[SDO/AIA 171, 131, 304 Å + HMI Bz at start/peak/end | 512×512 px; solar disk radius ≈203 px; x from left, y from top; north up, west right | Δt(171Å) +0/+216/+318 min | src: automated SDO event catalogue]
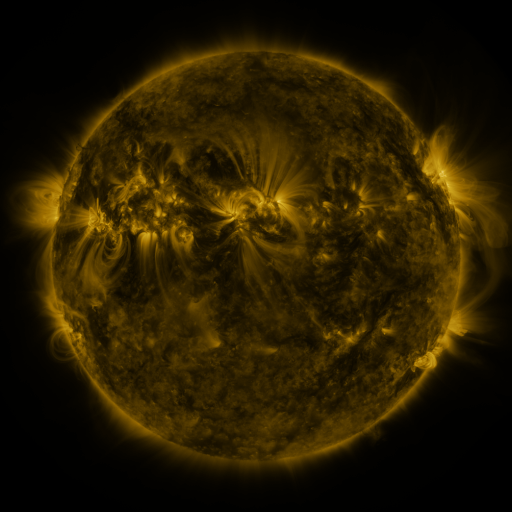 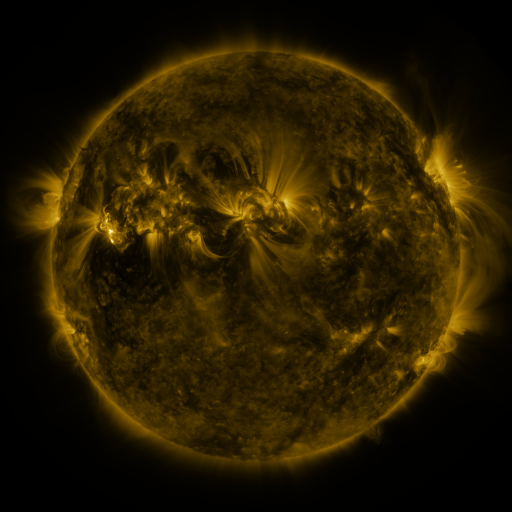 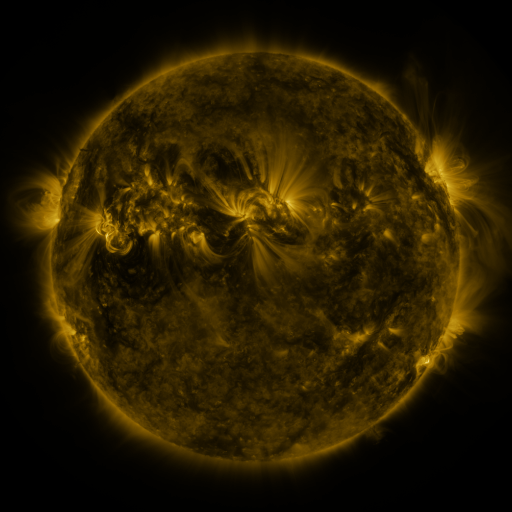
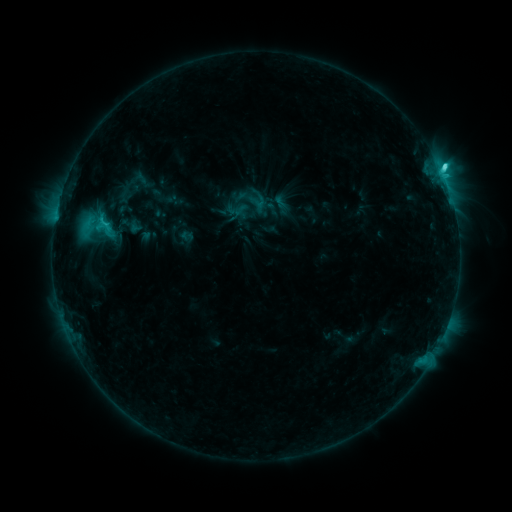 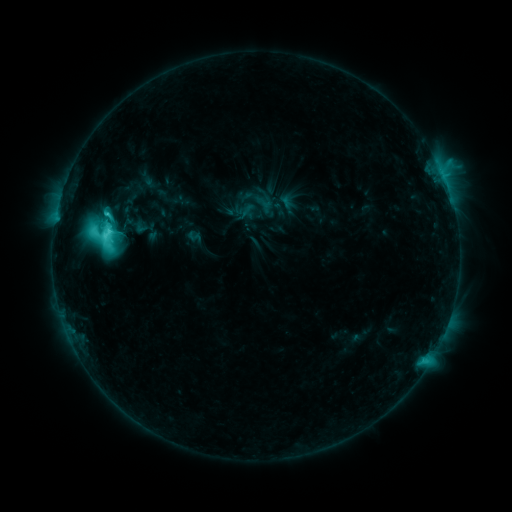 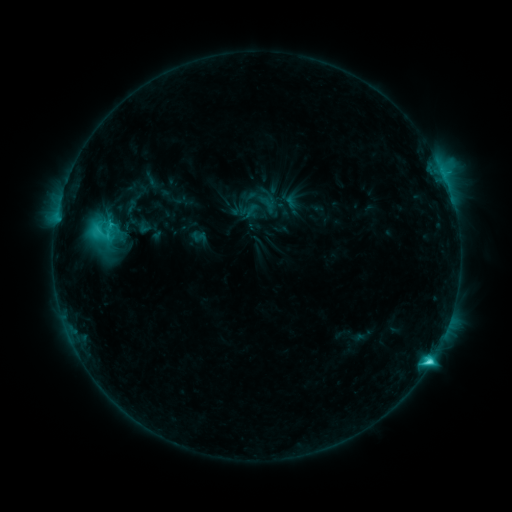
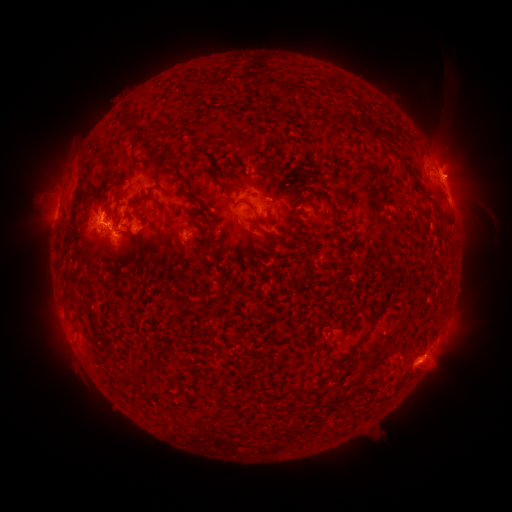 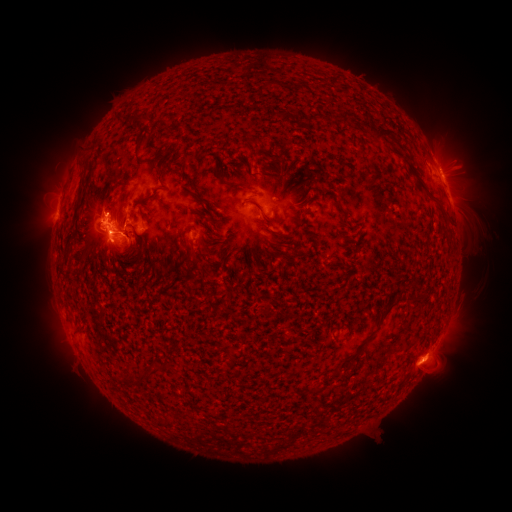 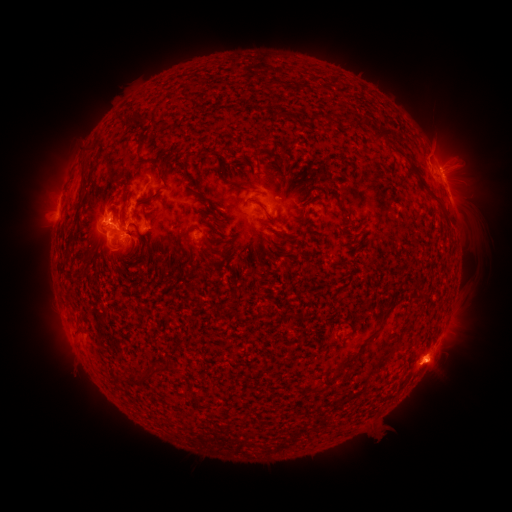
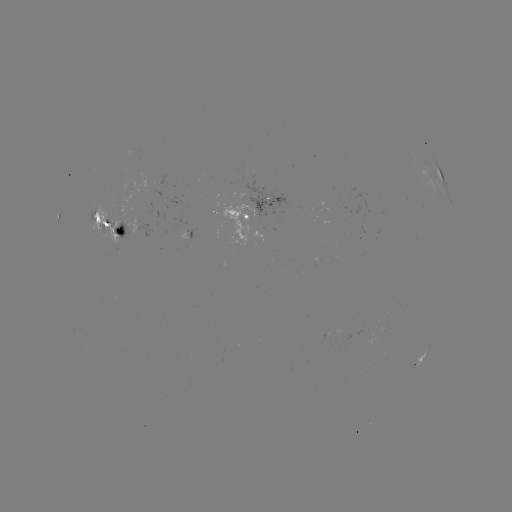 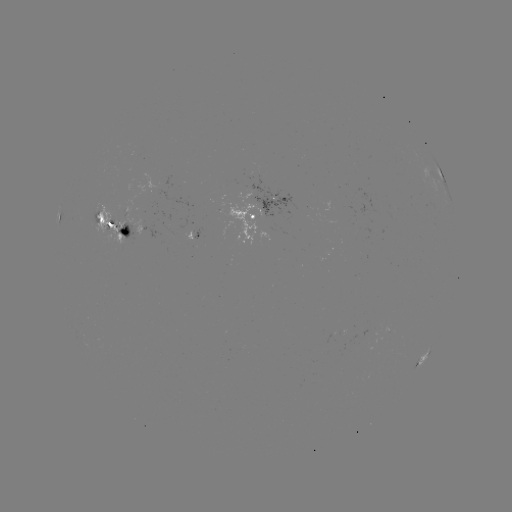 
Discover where emerging-flux region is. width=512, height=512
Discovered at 192,234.